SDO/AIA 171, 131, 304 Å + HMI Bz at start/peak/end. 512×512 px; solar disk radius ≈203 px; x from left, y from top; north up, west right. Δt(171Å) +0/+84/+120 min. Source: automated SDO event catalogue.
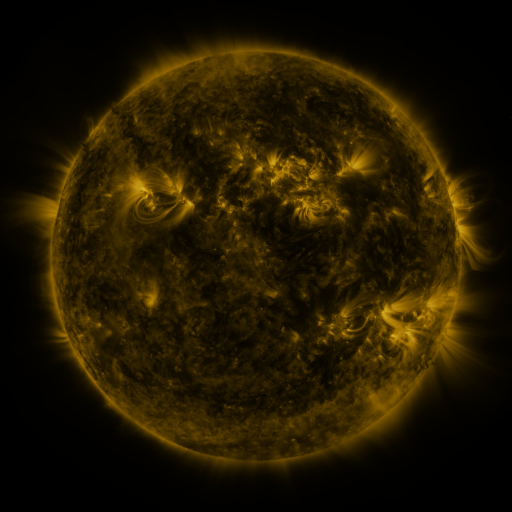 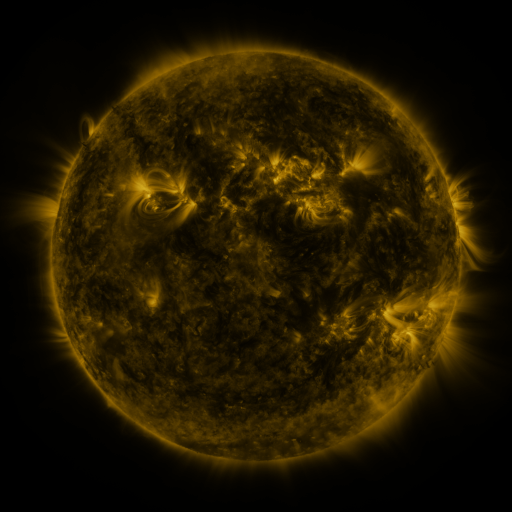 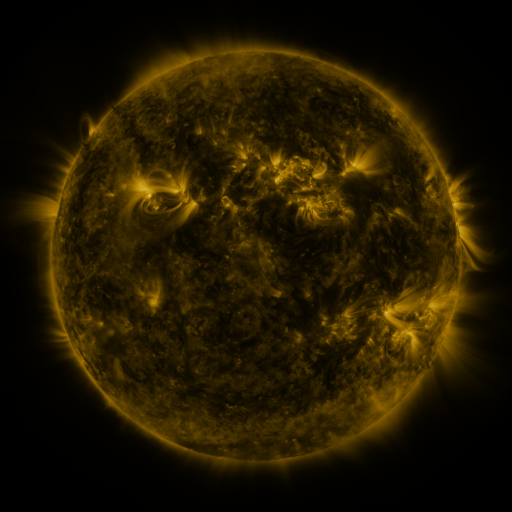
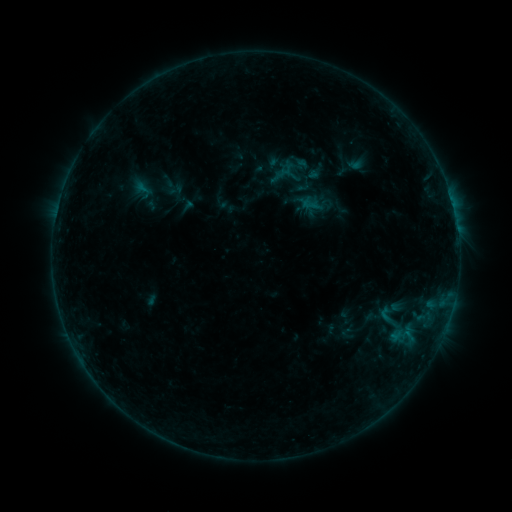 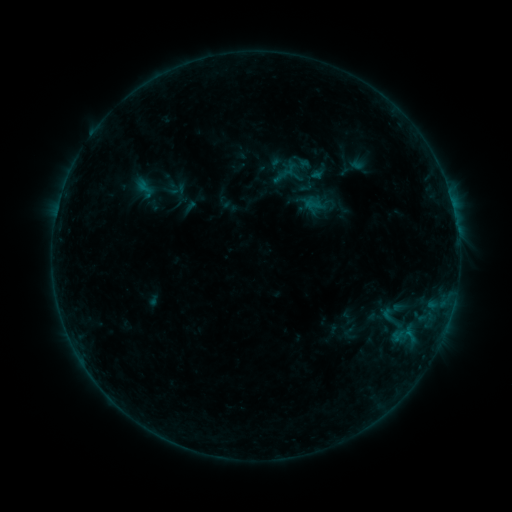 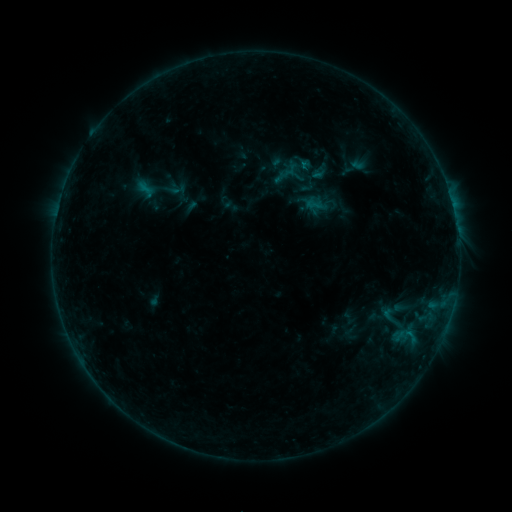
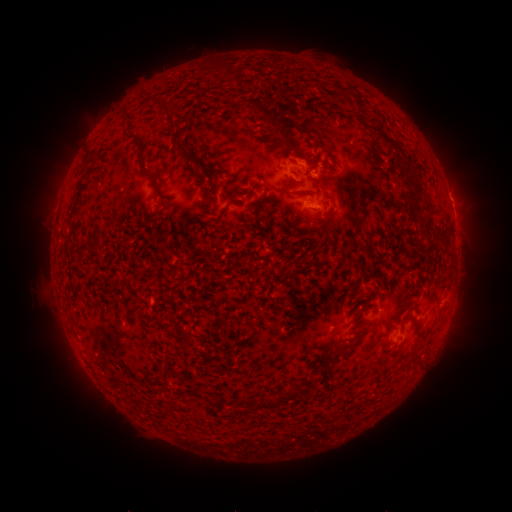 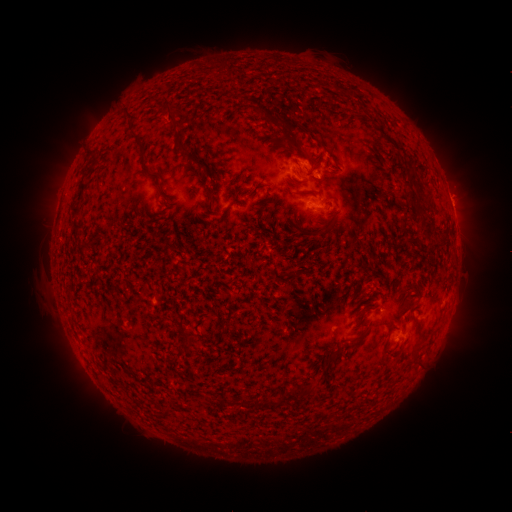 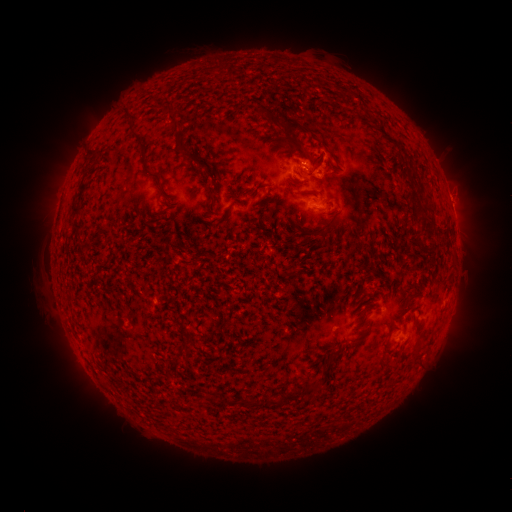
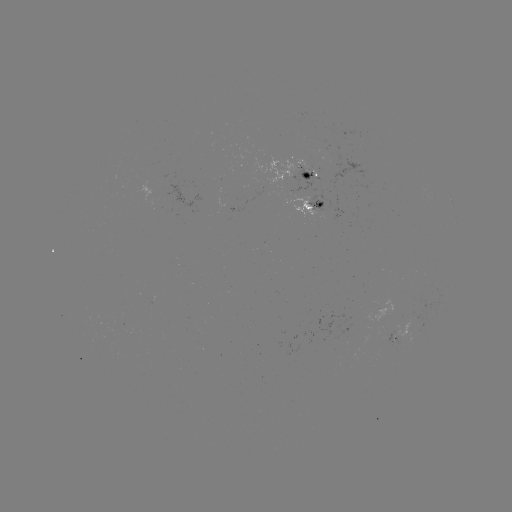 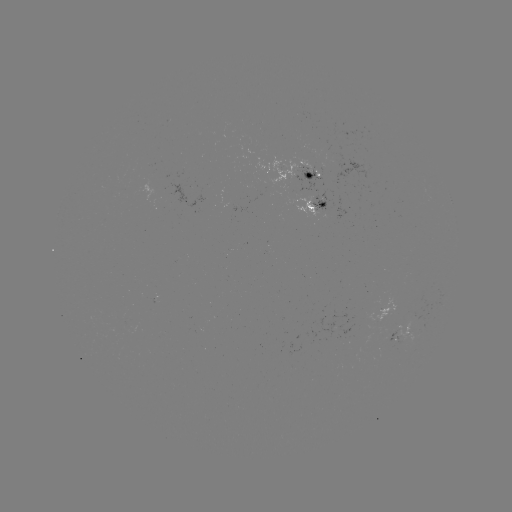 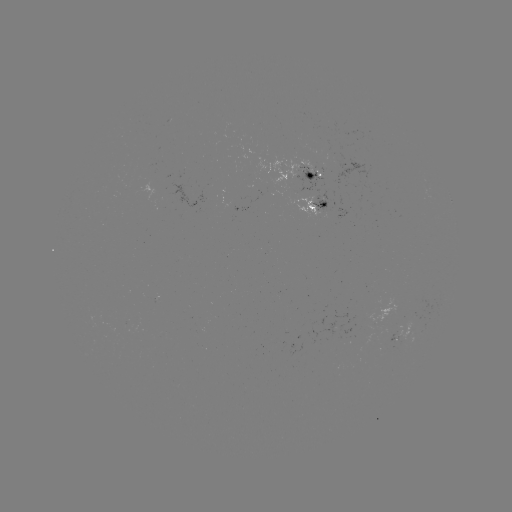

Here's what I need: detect emerging-flux region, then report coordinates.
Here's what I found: emerging-flux region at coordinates [389, 338].